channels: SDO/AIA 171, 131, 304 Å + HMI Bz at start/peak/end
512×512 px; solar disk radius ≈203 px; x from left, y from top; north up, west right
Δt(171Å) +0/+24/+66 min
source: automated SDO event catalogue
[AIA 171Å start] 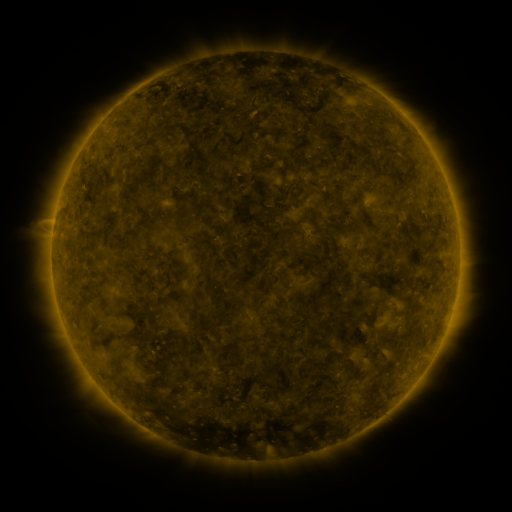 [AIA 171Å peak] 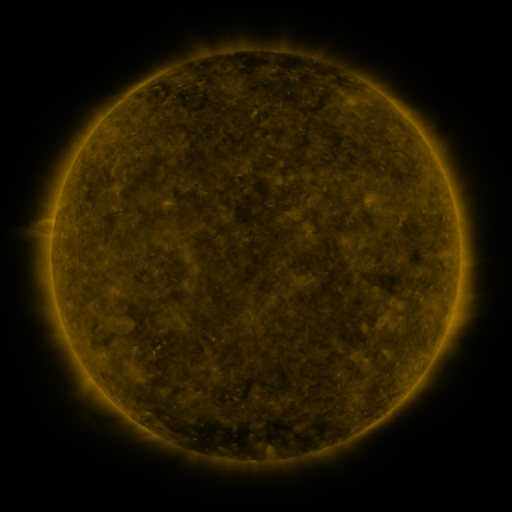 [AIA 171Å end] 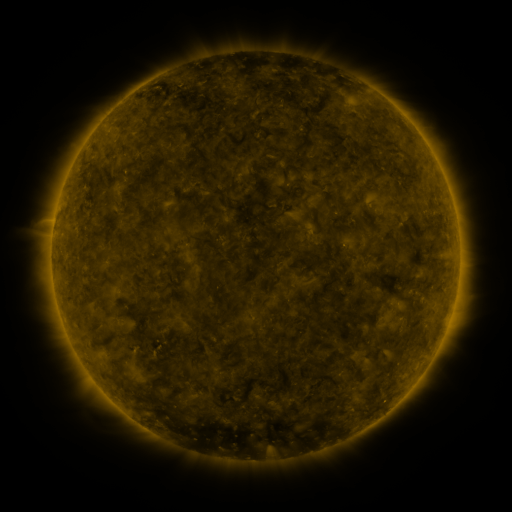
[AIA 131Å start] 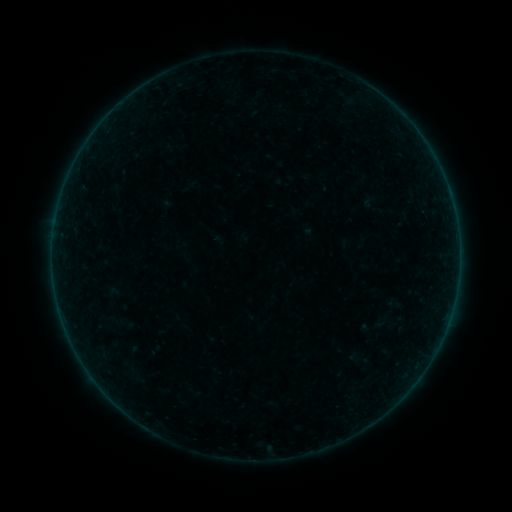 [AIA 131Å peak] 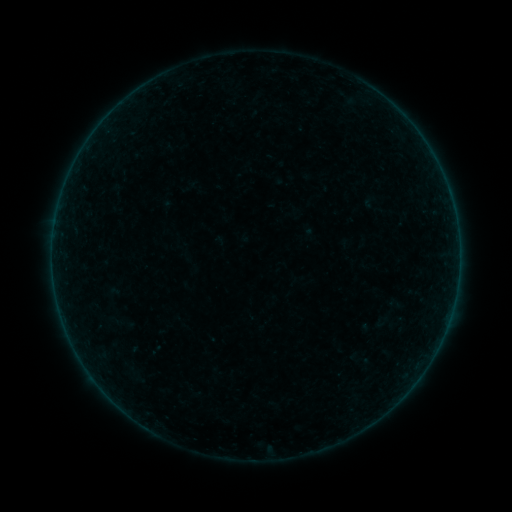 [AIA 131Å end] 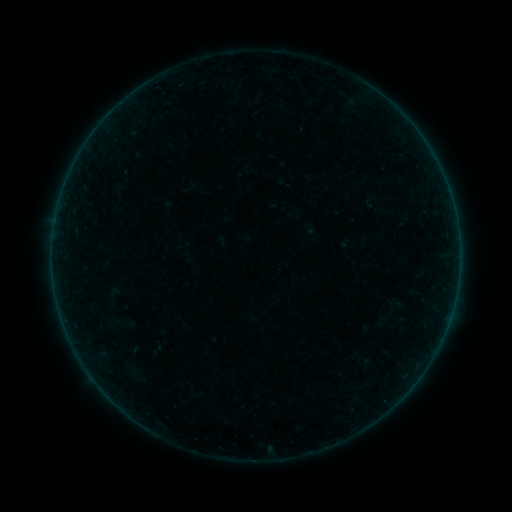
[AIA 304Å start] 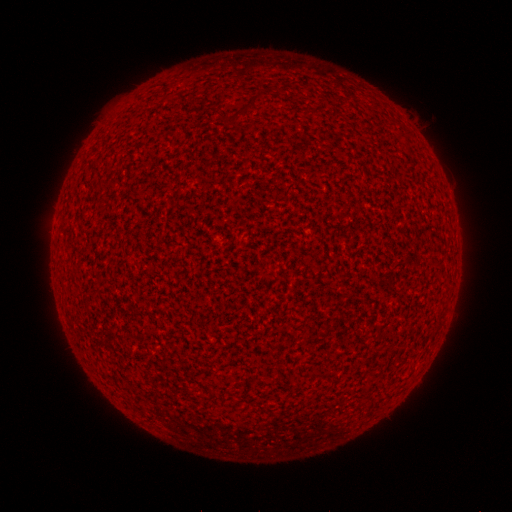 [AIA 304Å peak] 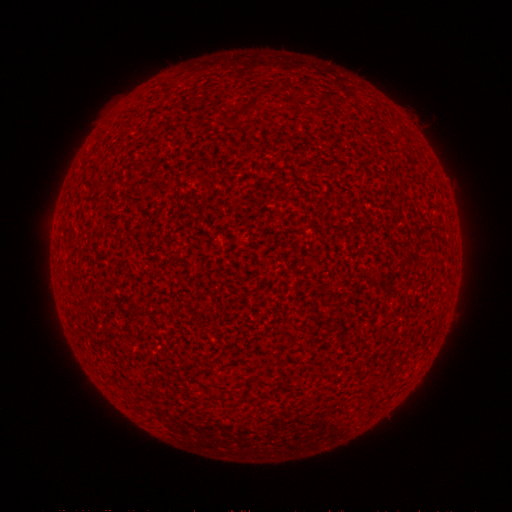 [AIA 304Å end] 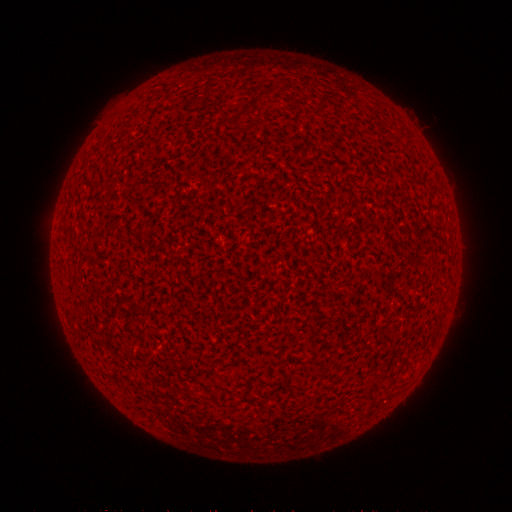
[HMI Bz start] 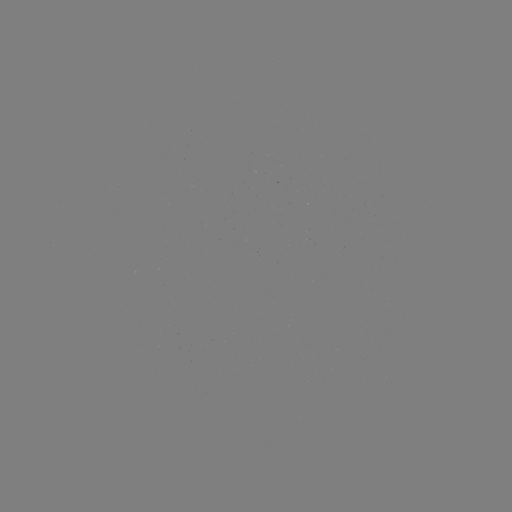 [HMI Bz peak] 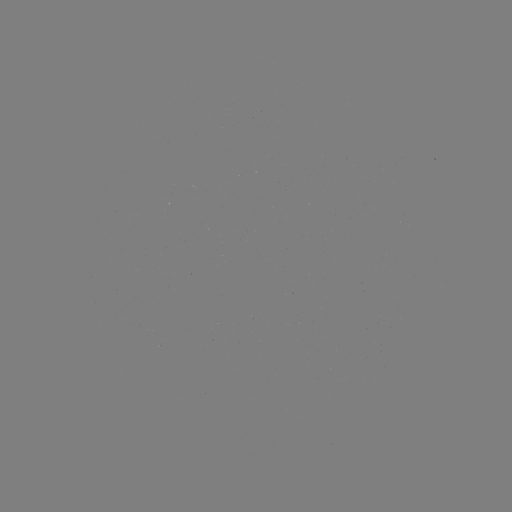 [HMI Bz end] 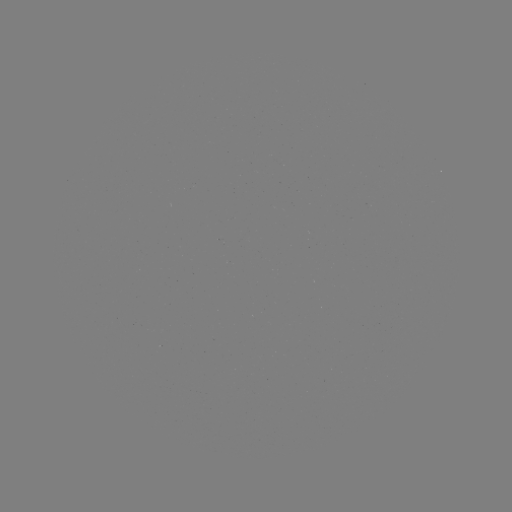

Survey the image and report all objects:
A2.0 flare: (58, 304)
